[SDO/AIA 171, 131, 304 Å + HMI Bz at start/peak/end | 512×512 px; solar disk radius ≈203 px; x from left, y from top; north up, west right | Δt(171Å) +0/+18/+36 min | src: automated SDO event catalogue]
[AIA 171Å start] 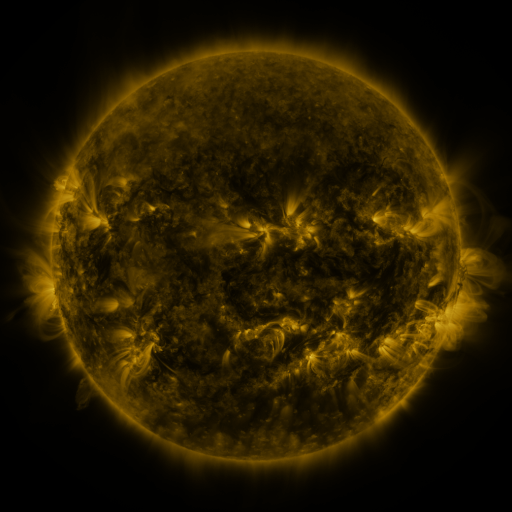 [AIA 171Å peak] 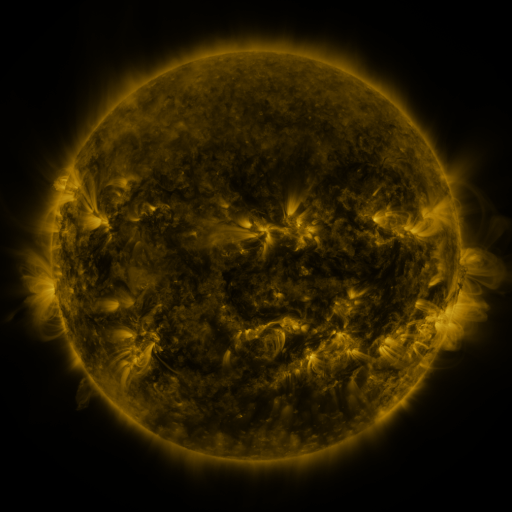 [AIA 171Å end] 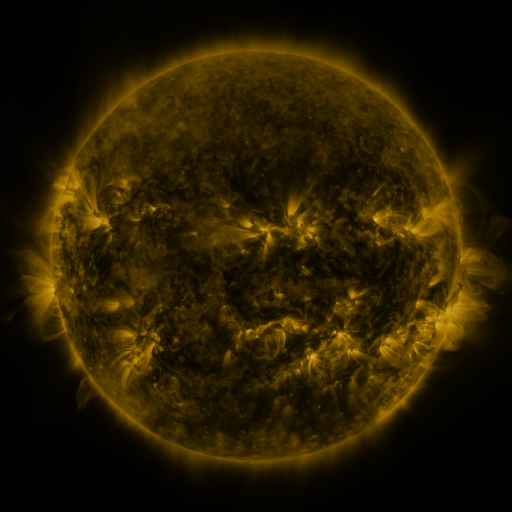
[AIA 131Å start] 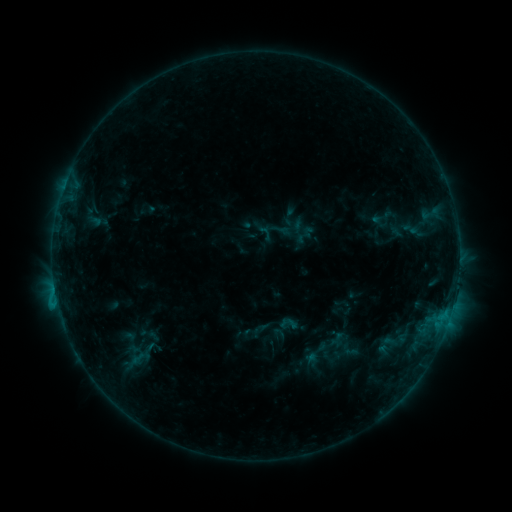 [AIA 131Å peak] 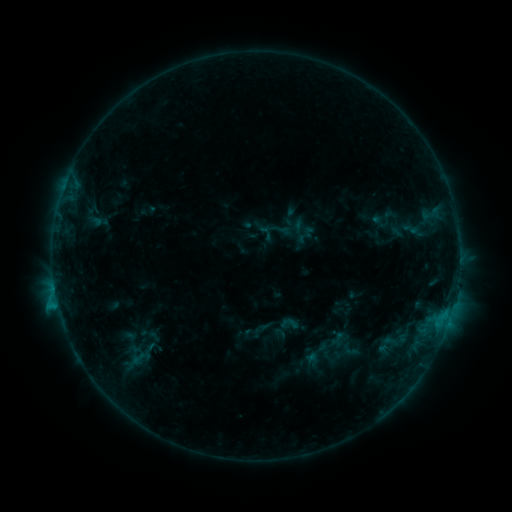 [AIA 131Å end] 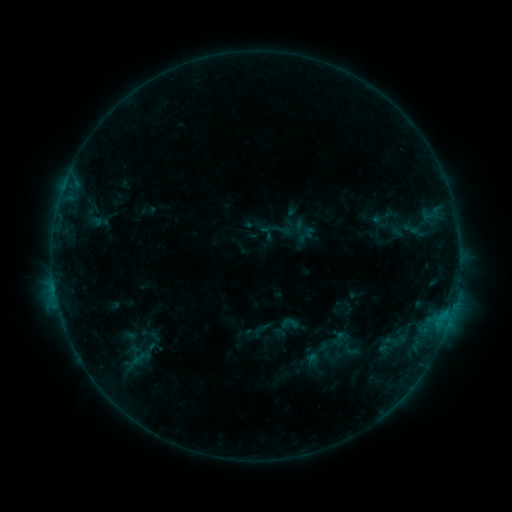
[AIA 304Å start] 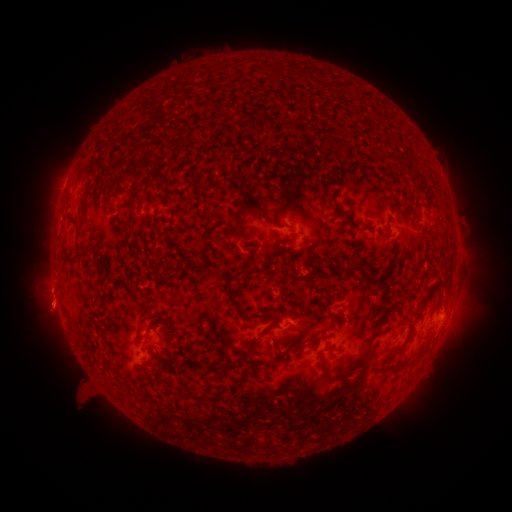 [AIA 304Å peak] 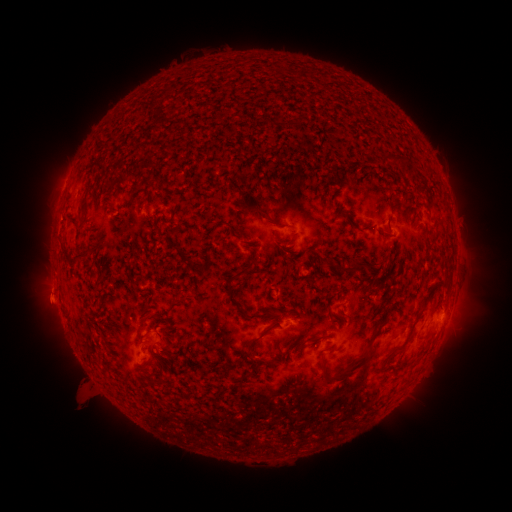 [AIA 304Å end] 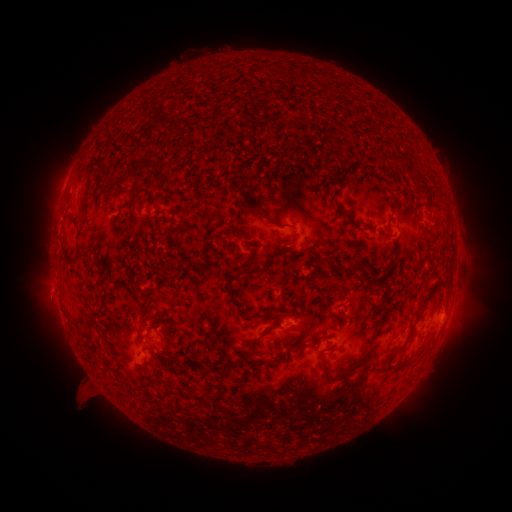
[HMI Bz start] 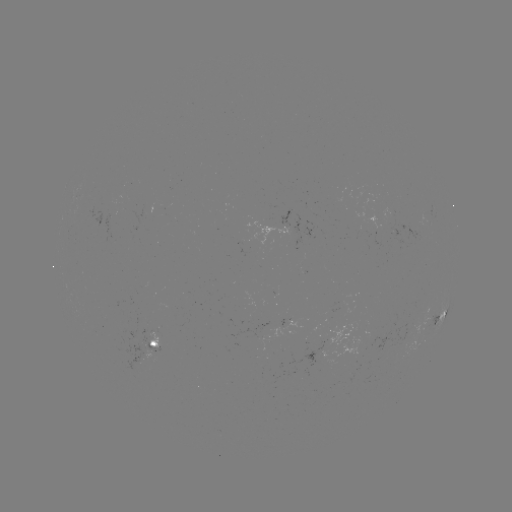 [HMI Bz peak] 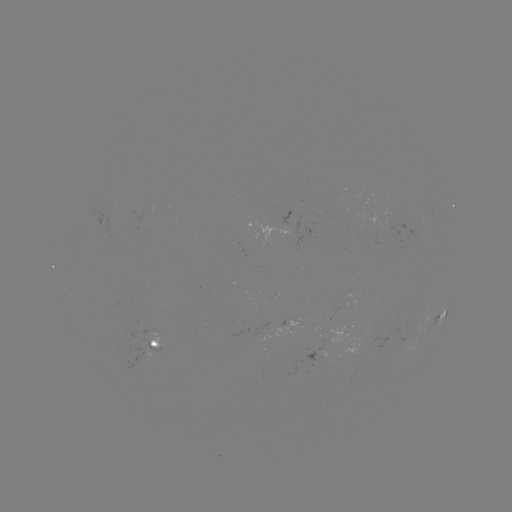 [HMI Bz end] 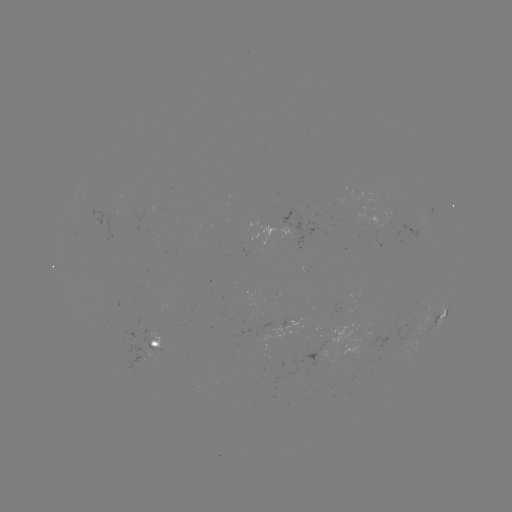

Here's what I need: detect eruption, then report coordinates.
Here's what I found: eruption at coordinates (49, 300).